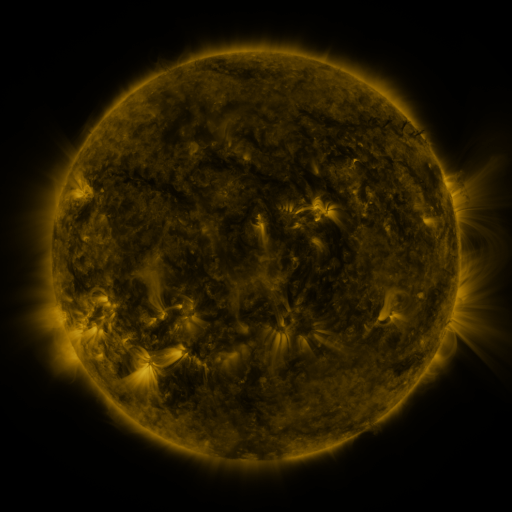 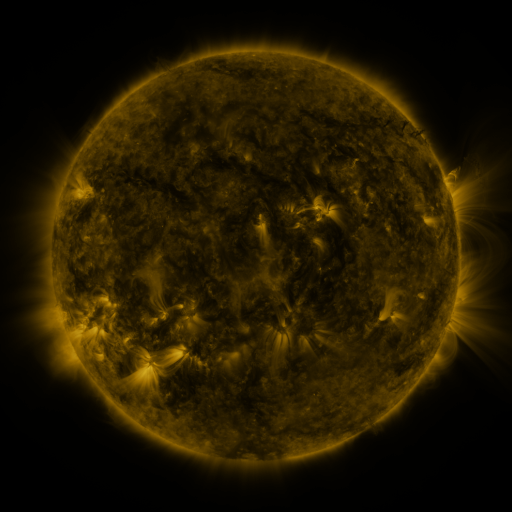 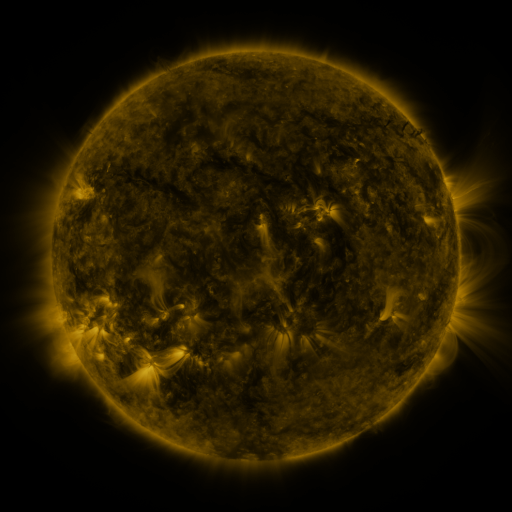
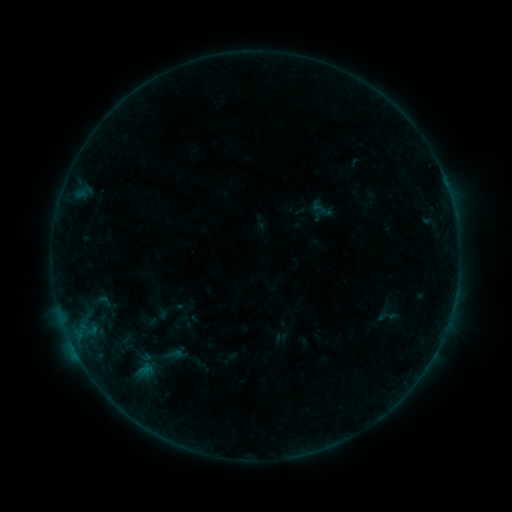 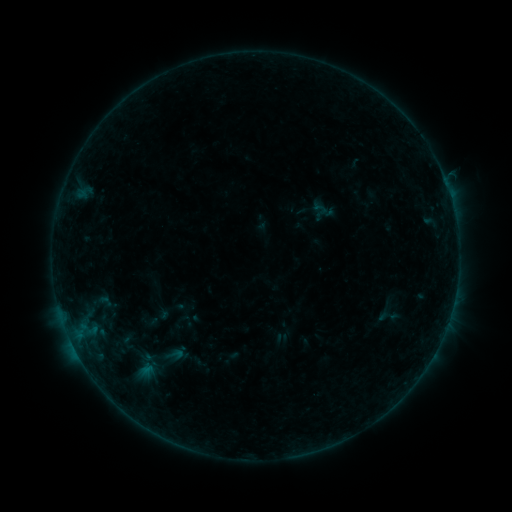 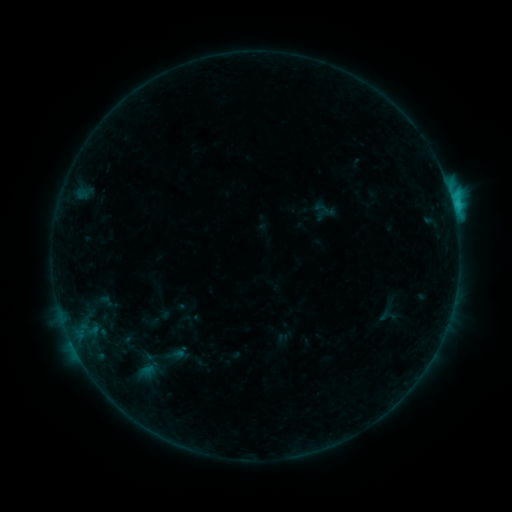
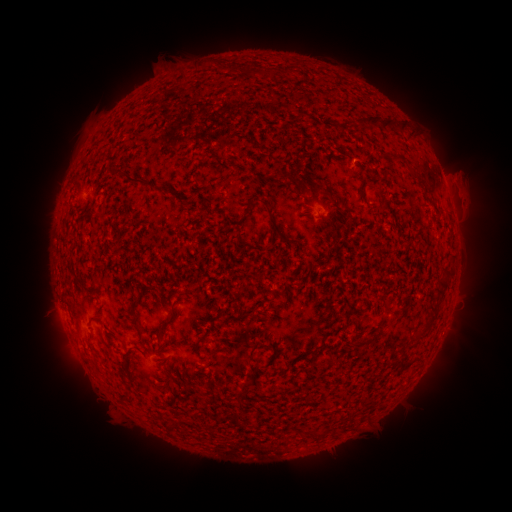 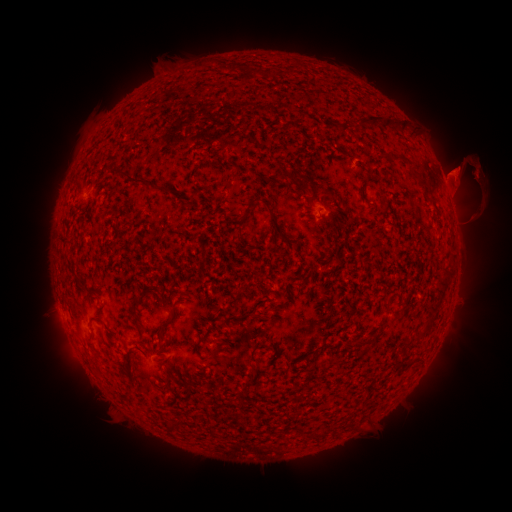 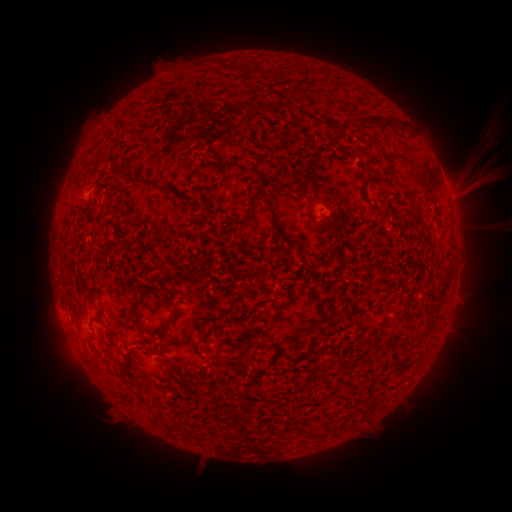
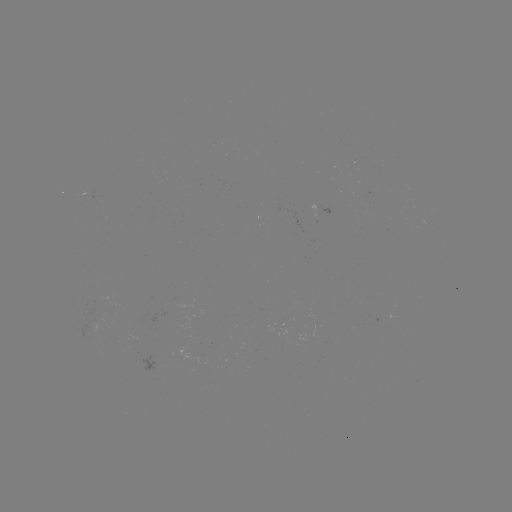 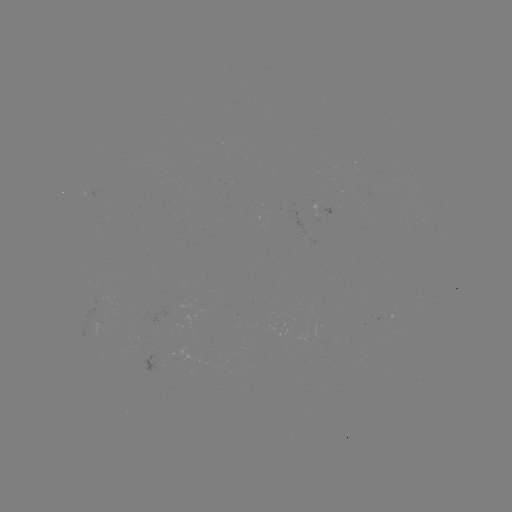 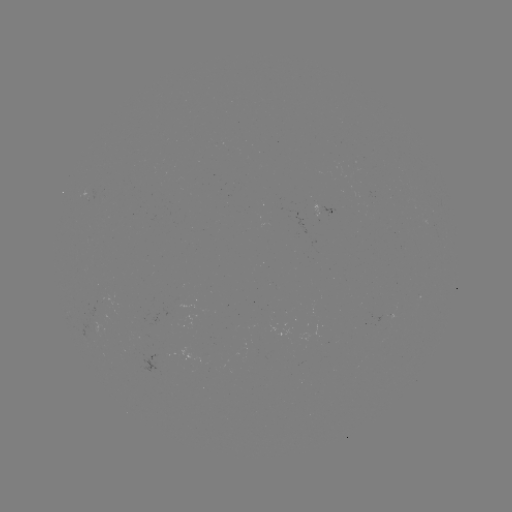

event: eruption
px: (471, 183)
